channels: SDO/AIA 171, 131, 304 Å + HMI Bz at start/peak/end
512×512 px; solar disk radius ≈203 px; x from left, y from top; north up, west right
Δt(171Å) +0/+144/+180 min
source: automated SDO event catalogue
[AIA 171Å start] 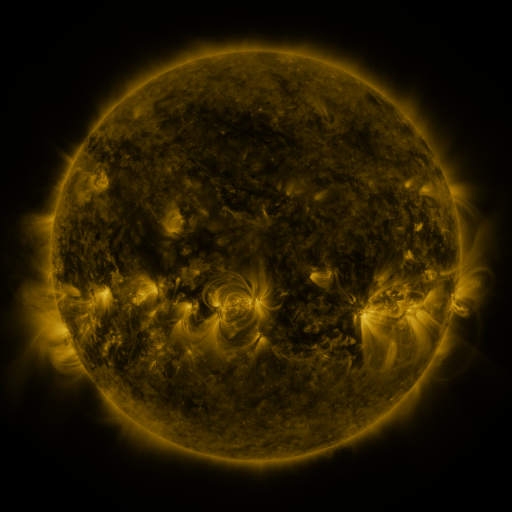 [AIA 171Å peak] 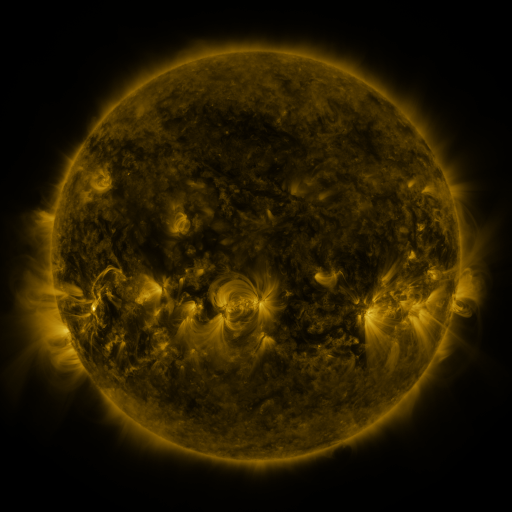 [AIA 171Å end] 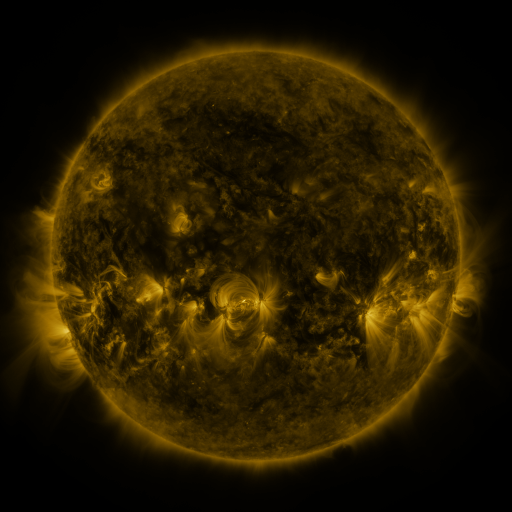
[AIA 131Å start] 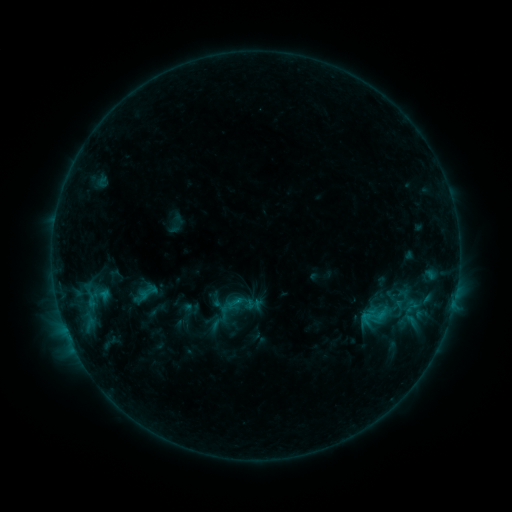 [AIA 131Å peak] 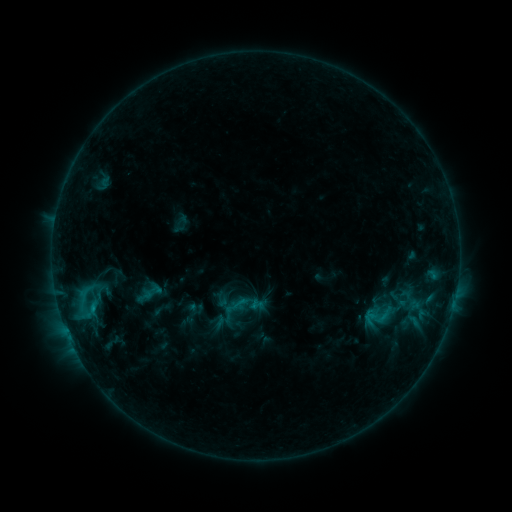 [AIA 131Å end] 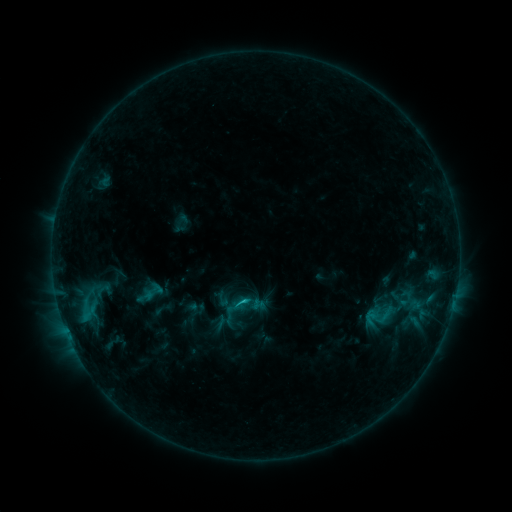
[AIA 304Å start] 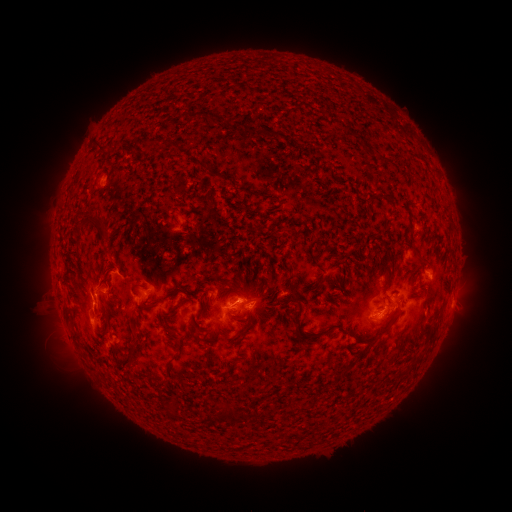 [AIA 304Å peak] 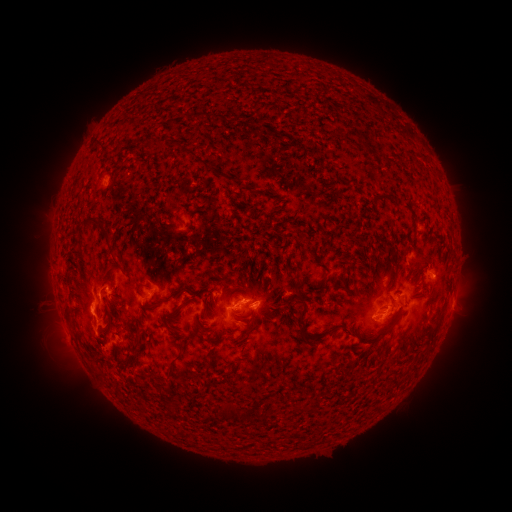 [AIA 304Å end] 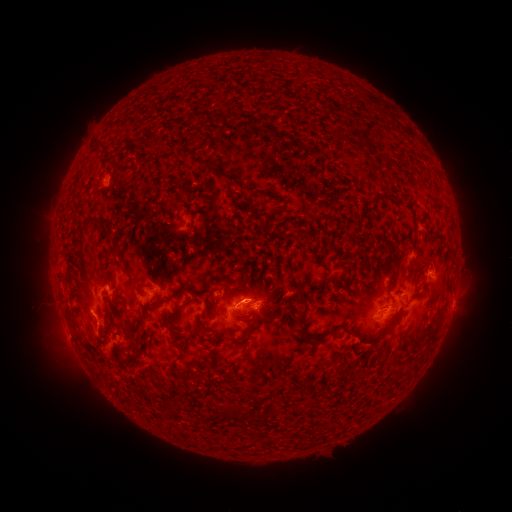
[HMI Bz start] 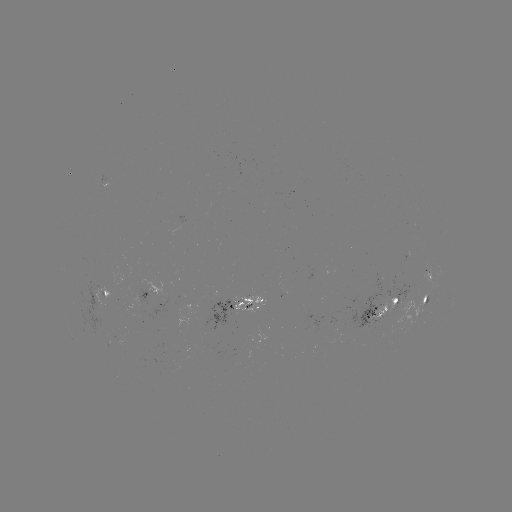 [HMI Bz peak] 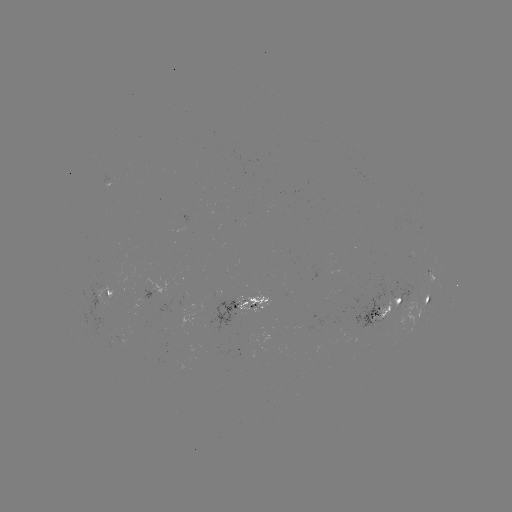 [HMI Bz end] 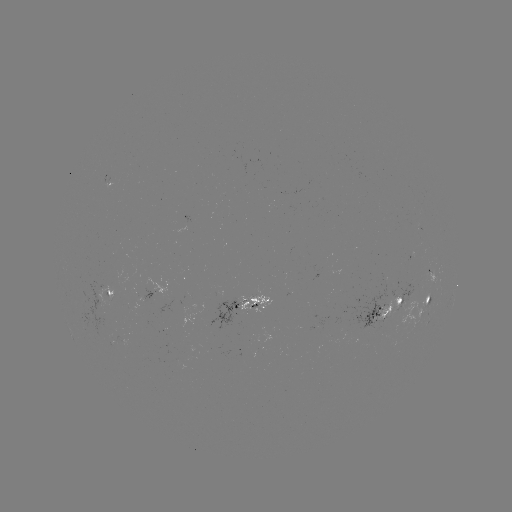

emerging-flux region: <bbox>205, 300, 242, 332</bbox>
